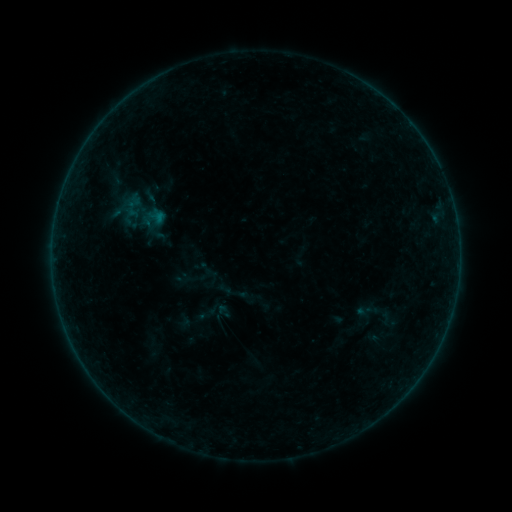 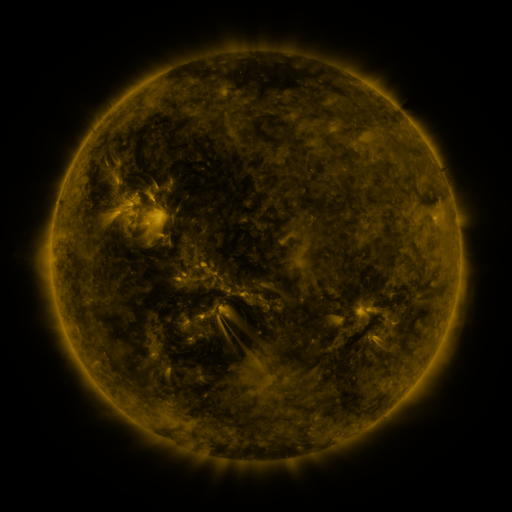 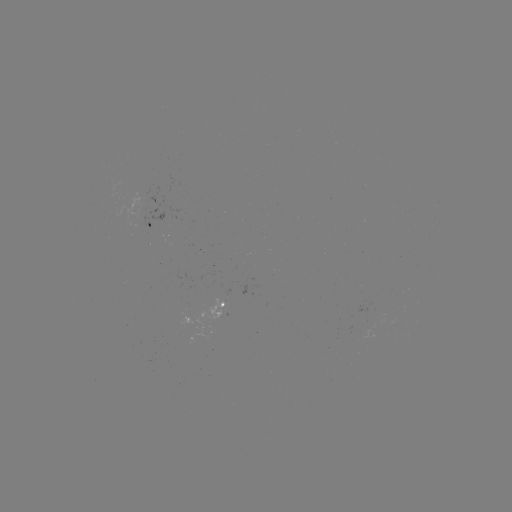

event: sigmoid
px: (364, 311)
